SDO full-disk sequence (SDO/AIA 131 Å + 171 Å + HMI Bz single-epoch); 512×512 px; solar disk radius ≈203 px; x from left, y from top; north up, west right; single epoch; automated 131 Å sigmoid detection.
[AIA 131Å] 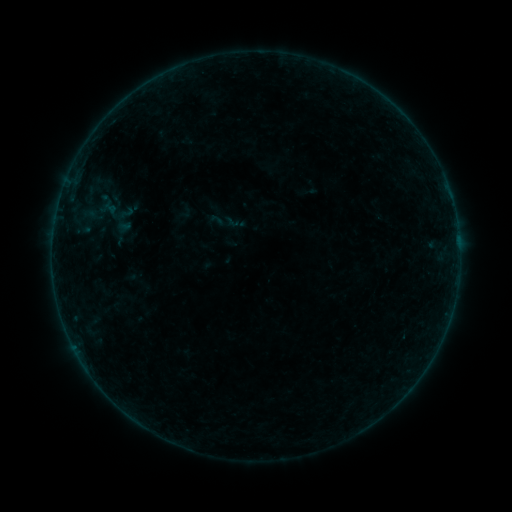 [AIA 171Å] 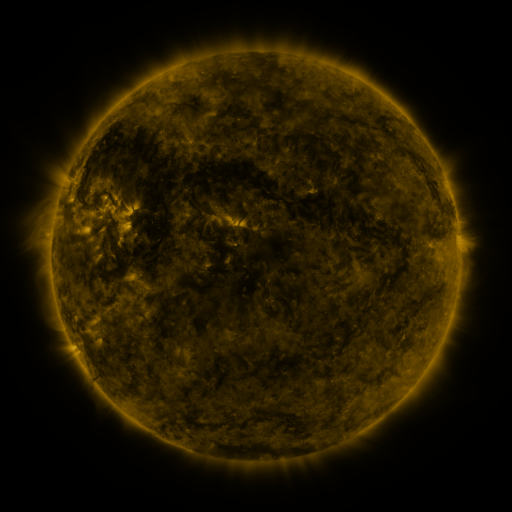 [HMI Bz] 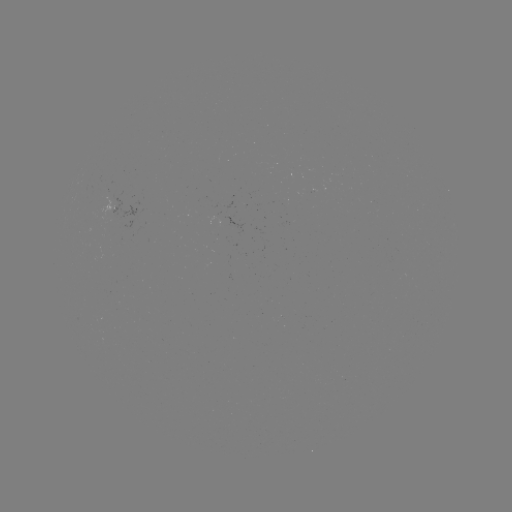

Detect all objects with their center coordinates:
sigmoid: (118, 204, 135, 222)
sigmoid: (209, 211, 227, 229)
